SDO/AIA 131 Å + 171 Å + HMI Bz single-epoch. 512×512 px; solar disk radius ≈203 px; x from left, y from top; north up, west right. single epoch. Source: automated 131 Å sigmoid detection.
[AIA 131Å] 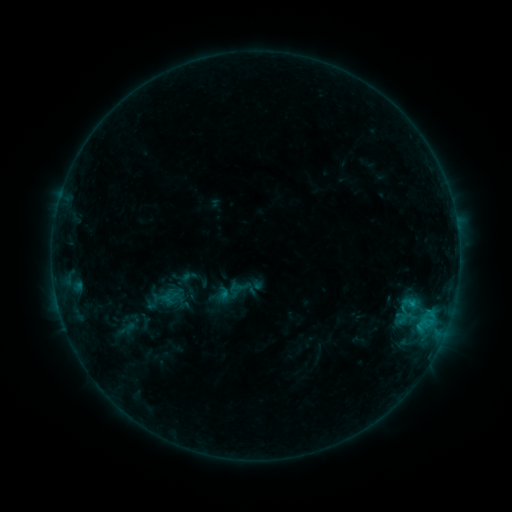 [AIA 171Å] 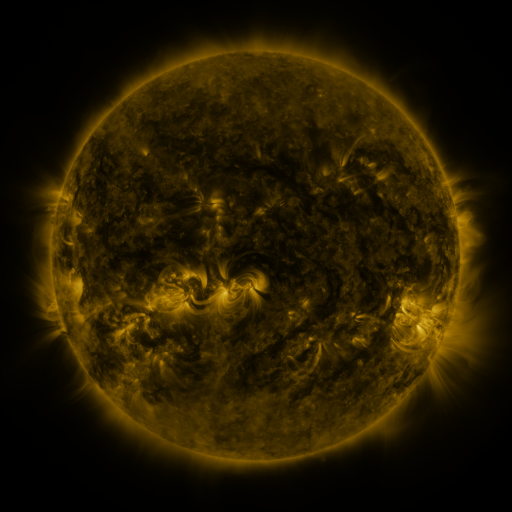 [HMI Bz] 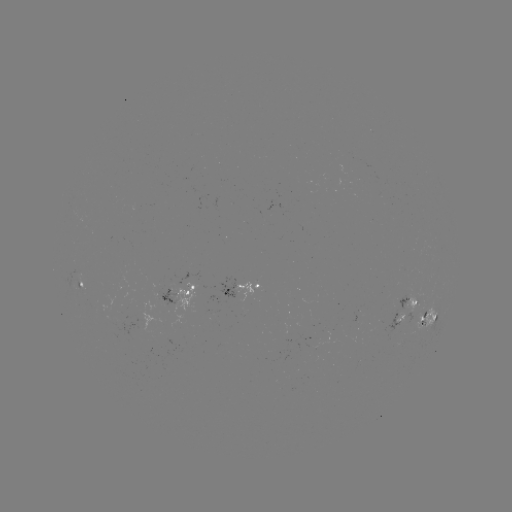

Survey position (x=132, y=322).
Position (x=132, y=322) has sigmoid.